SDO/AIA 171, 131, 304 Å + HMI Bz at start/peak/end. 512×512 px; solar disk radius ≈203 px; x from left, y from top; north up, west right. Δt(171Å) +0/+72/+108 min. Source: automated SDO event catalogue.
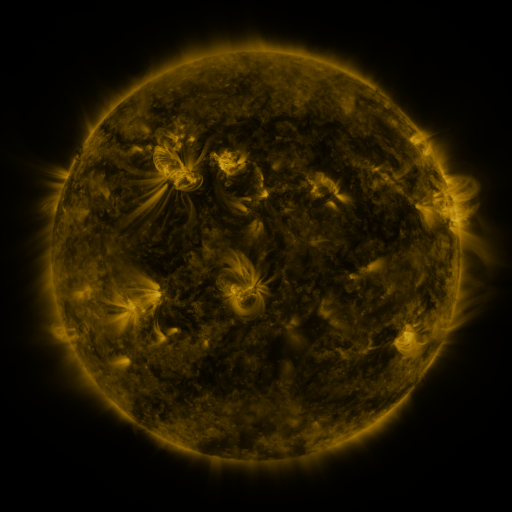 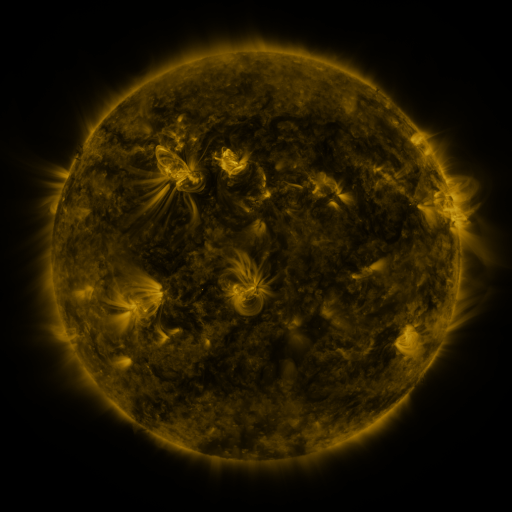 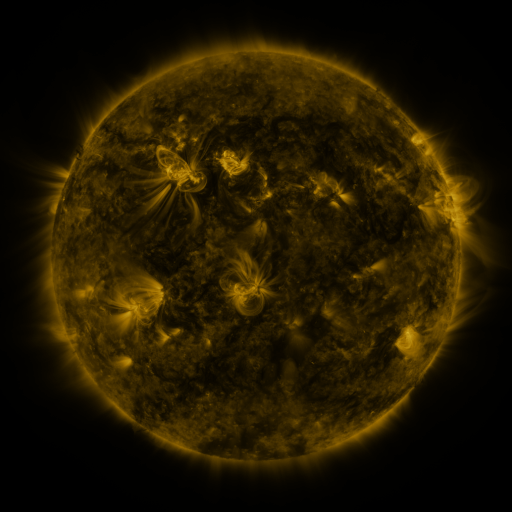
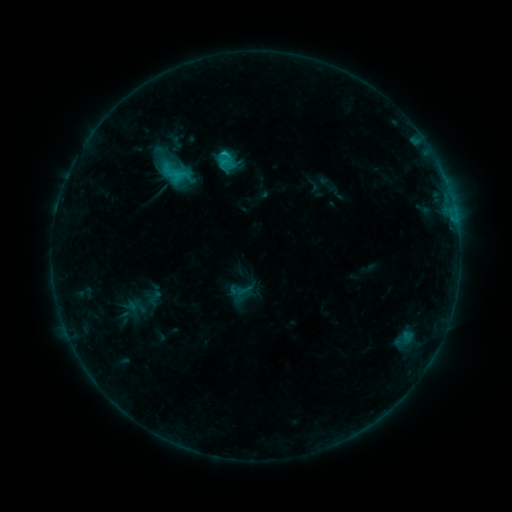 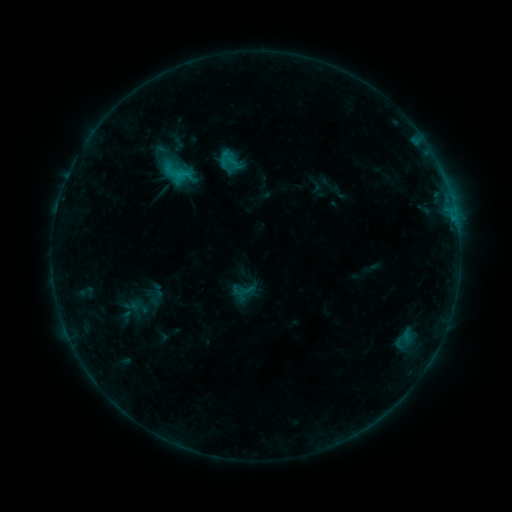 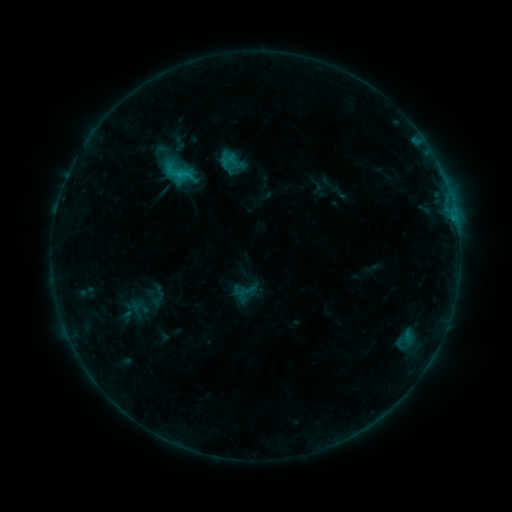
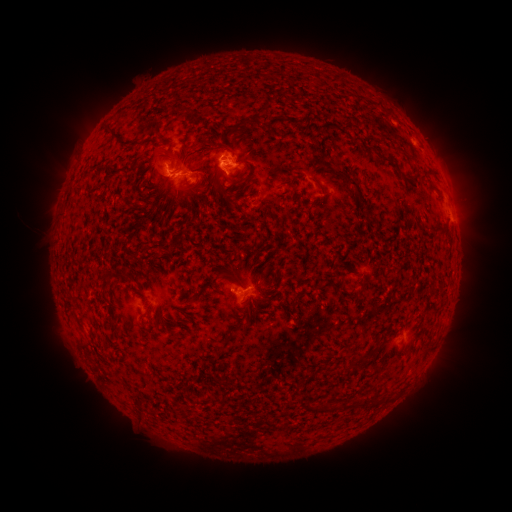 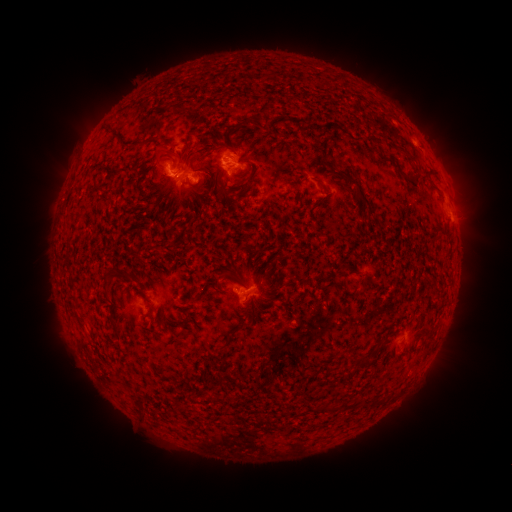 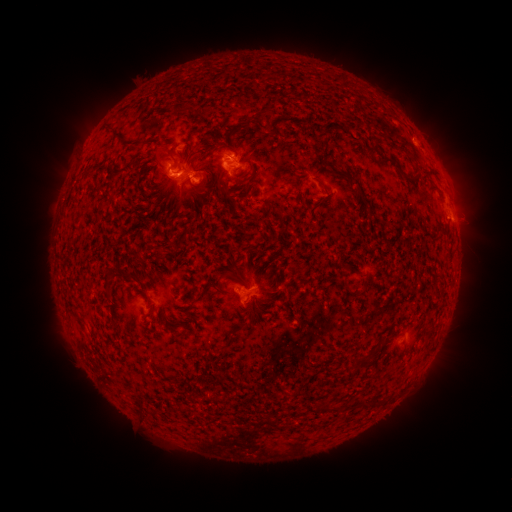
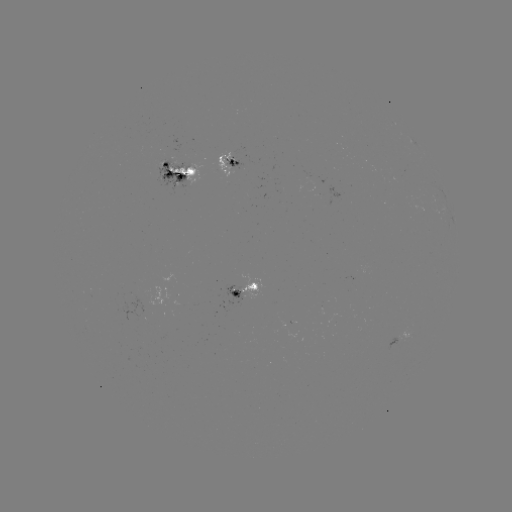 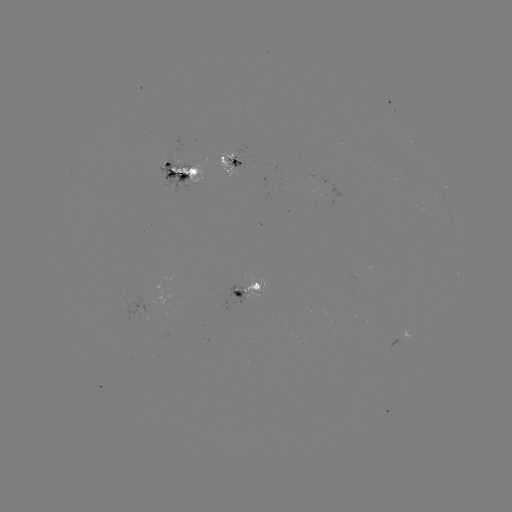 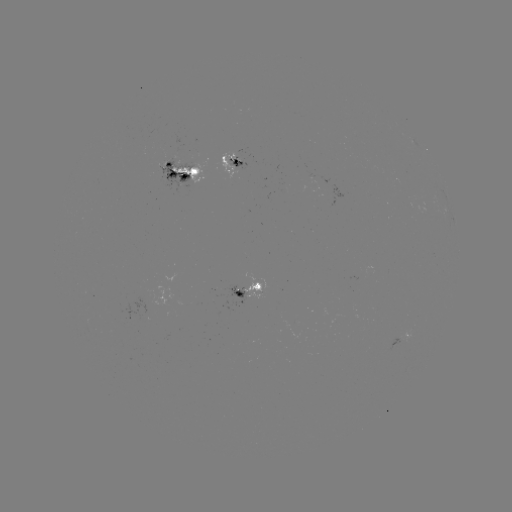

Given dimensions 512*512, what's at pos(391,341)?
emerging-flux region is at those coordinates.